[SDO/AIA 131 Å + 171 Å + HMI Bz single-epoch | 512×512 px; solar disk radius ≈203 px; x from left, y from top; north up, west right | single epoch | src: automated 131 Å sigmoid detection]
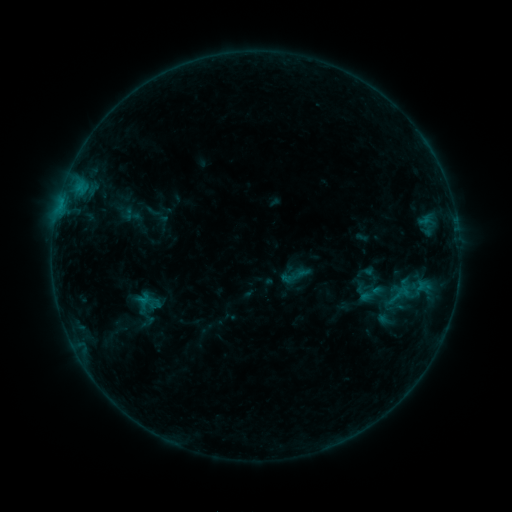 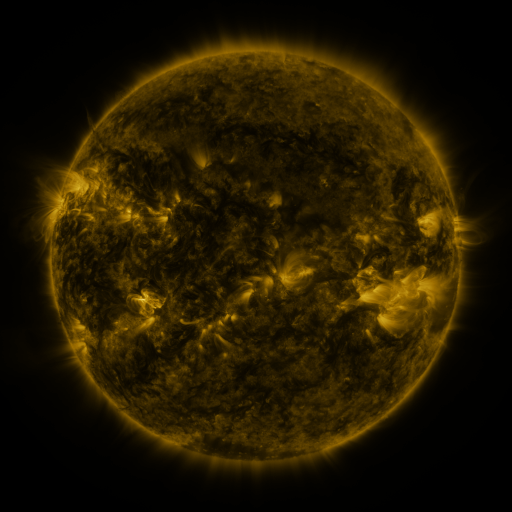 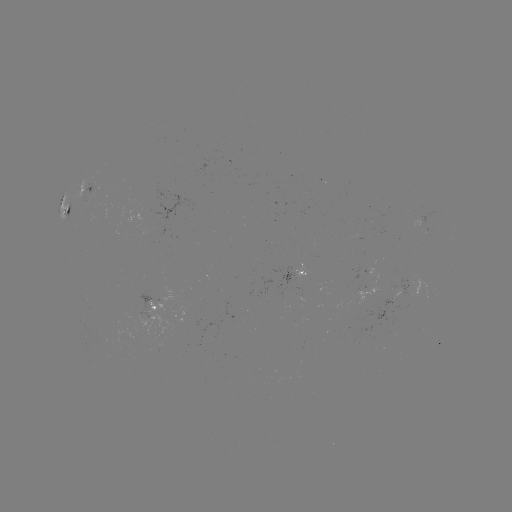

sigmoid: [357, 280, 385, 307]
